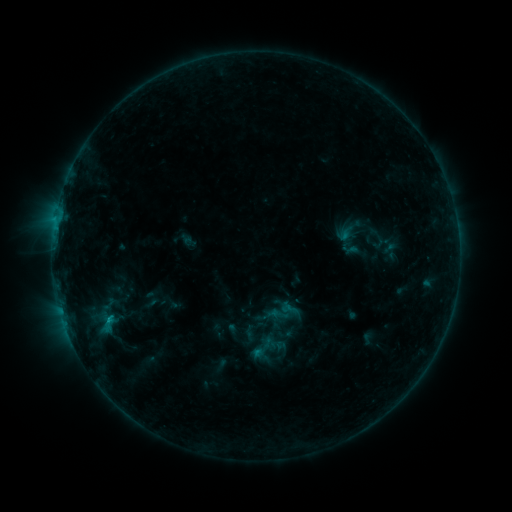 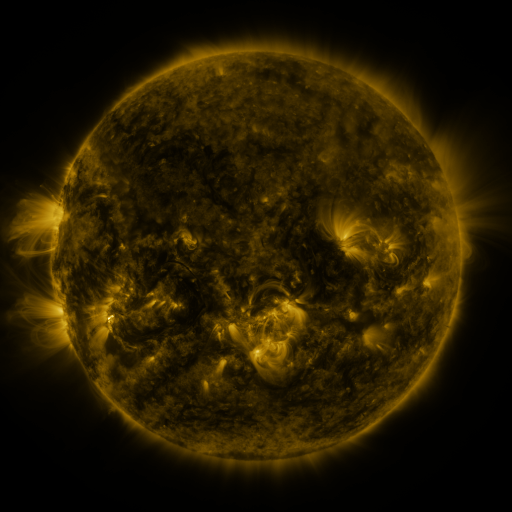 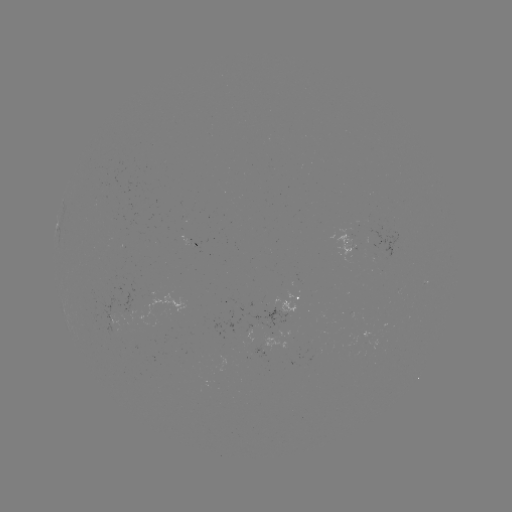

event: sigmoid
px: (108, 324)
